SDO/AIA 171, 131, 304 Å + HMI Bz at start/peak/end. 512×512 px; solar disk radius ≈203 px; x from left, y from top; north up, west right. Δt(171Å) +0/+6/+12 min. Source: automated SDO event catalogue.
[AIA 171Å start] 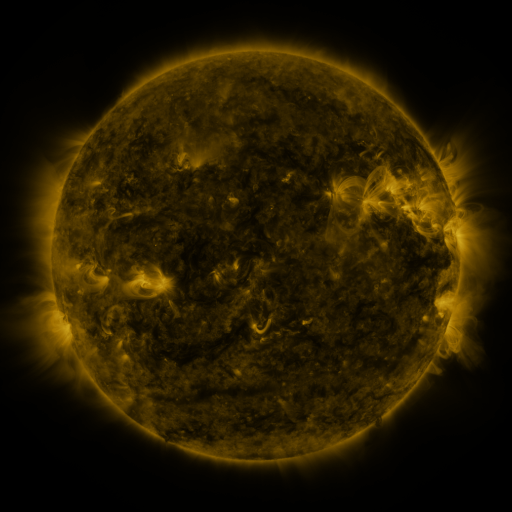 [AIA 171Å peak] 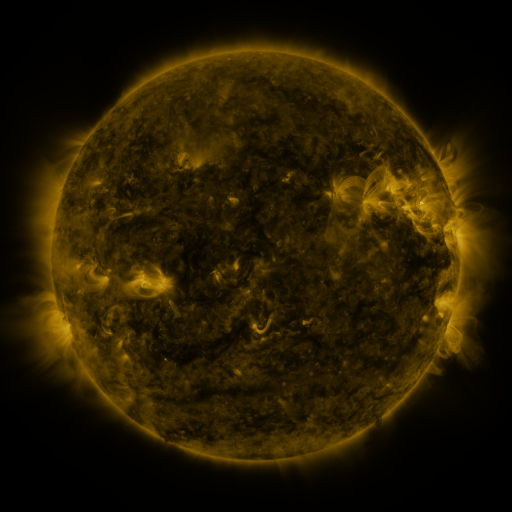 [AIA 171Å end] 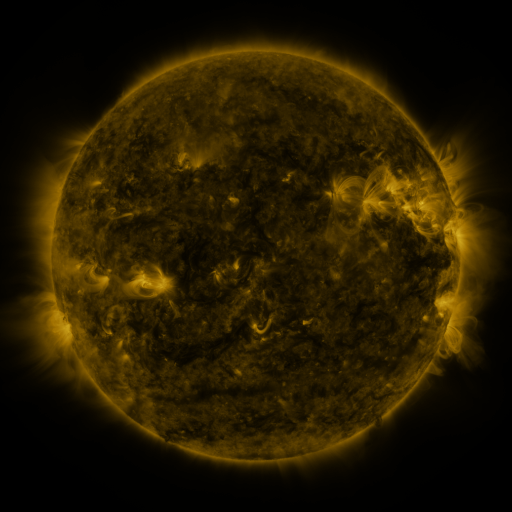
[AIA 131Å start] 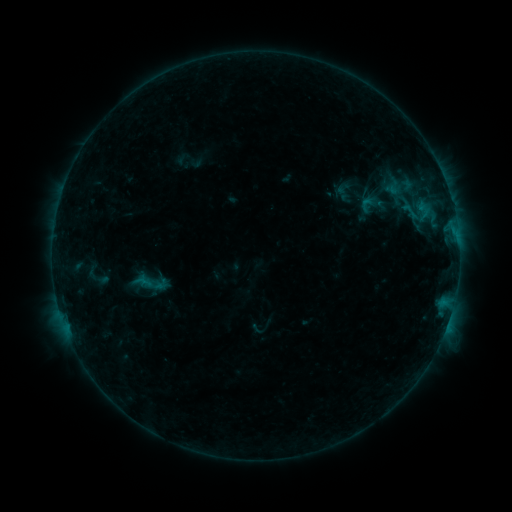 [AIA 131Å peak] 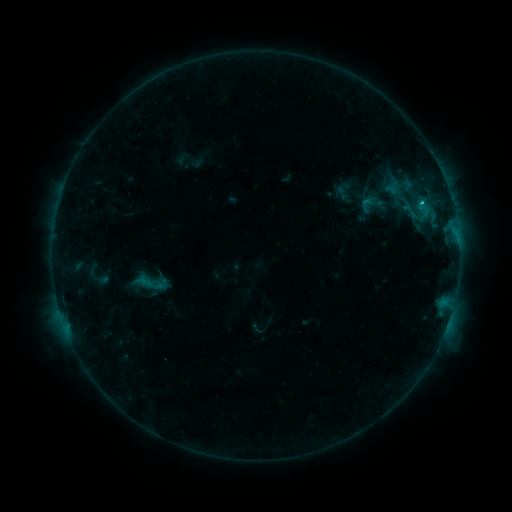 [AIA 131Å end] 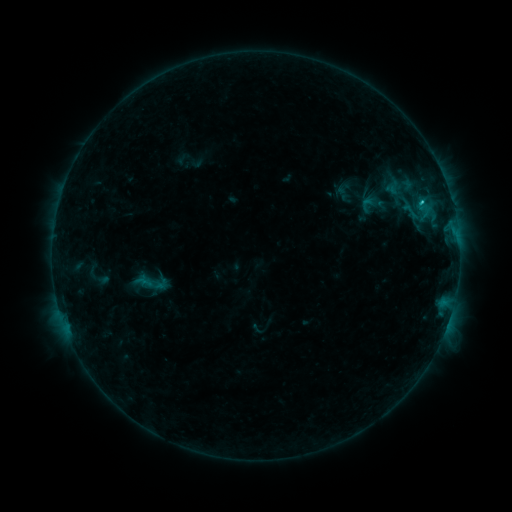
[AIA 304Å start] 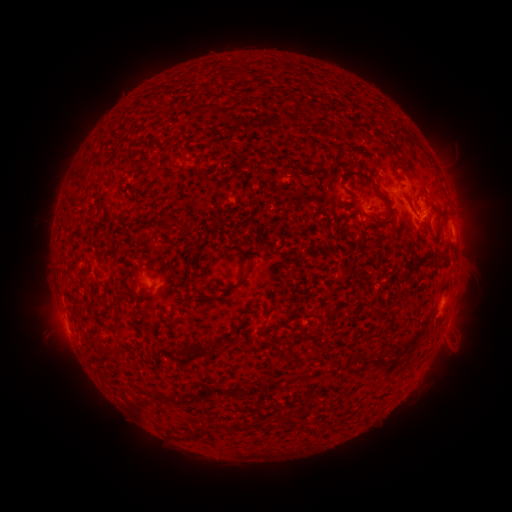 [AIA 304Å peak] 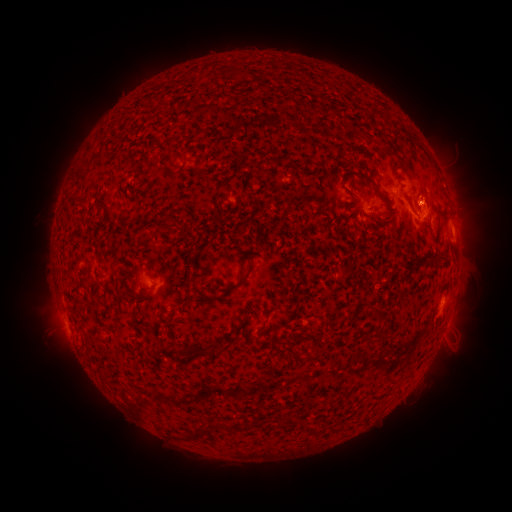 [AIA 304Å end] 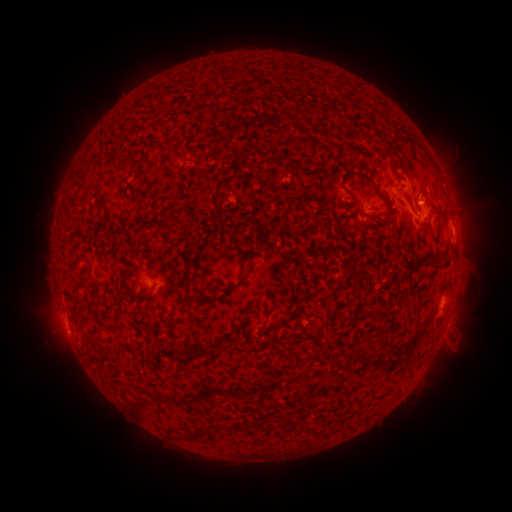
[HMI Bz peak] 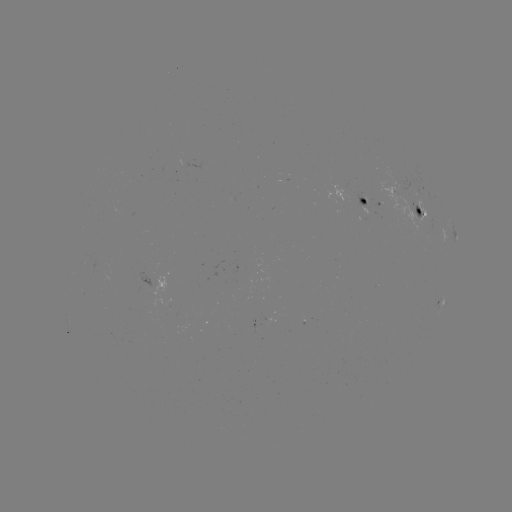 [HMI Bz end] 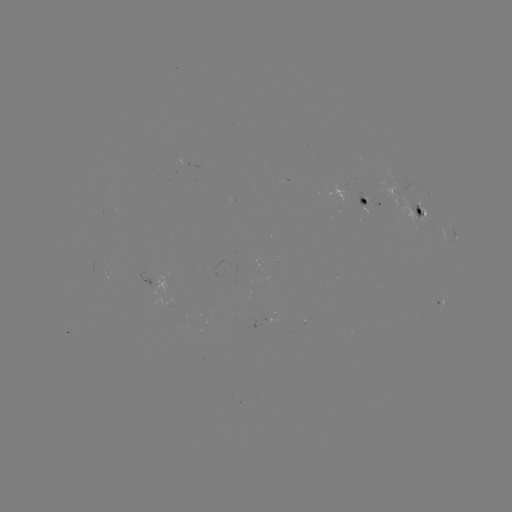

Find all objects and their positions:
C1.0 flare: (421, 203)
